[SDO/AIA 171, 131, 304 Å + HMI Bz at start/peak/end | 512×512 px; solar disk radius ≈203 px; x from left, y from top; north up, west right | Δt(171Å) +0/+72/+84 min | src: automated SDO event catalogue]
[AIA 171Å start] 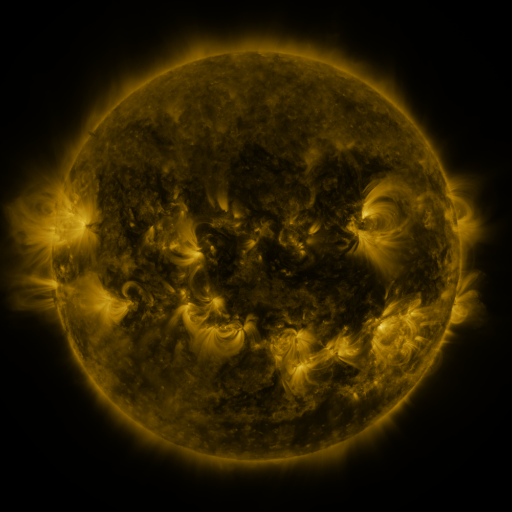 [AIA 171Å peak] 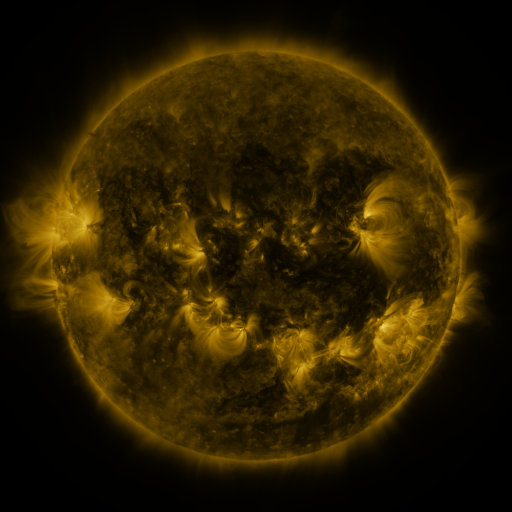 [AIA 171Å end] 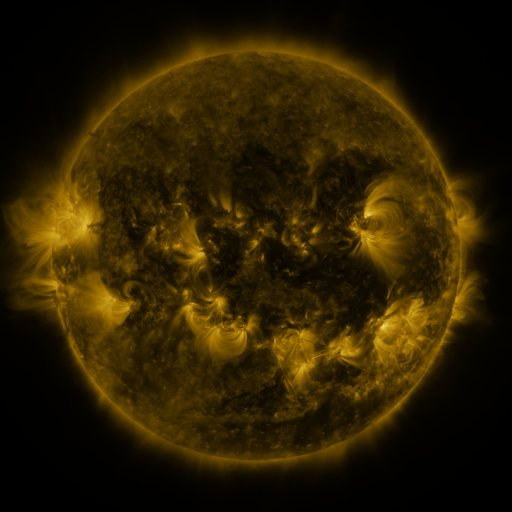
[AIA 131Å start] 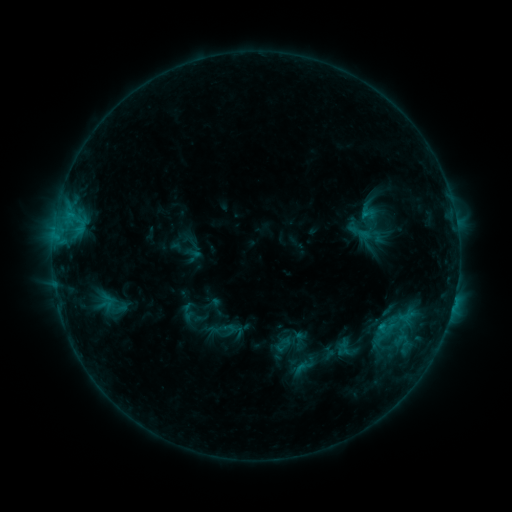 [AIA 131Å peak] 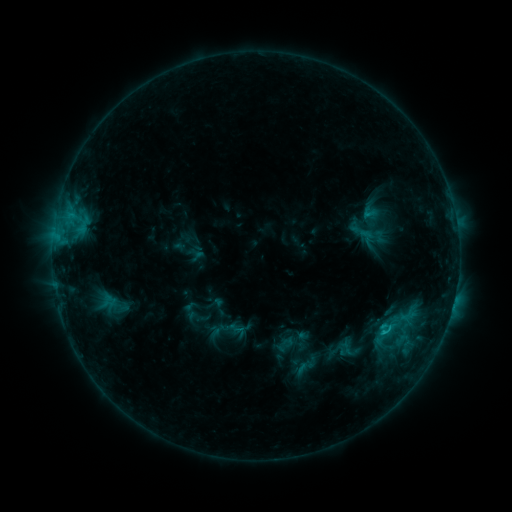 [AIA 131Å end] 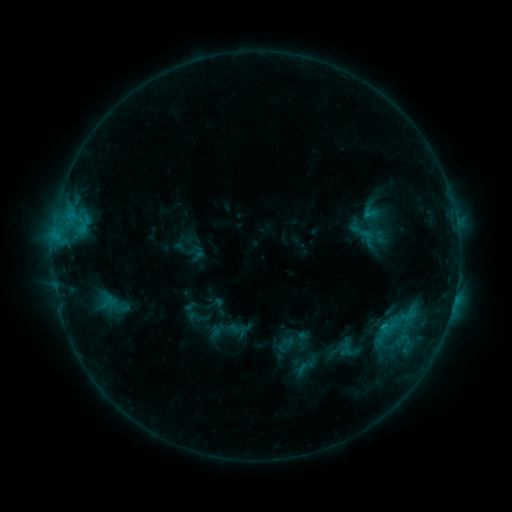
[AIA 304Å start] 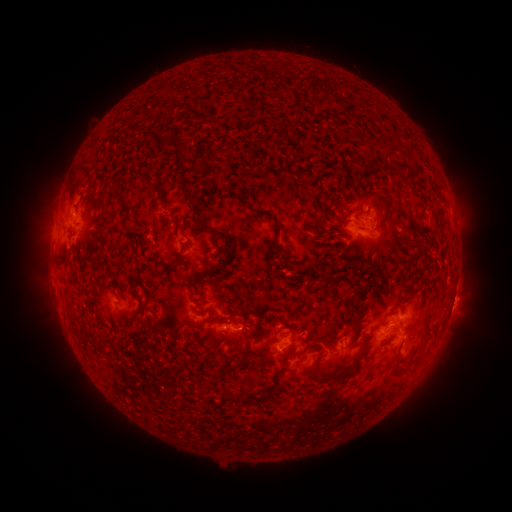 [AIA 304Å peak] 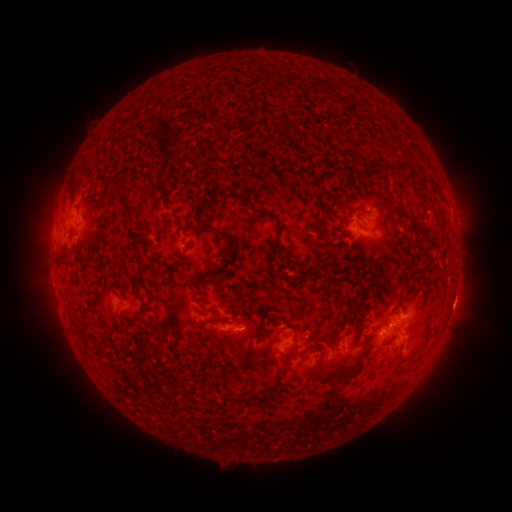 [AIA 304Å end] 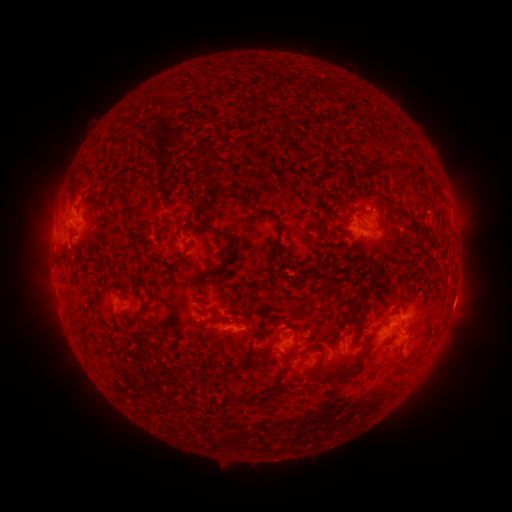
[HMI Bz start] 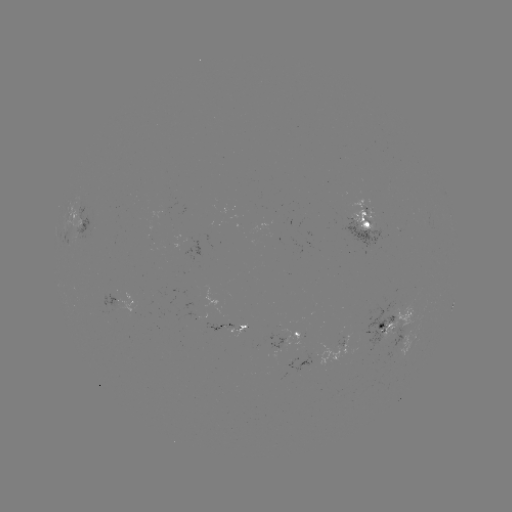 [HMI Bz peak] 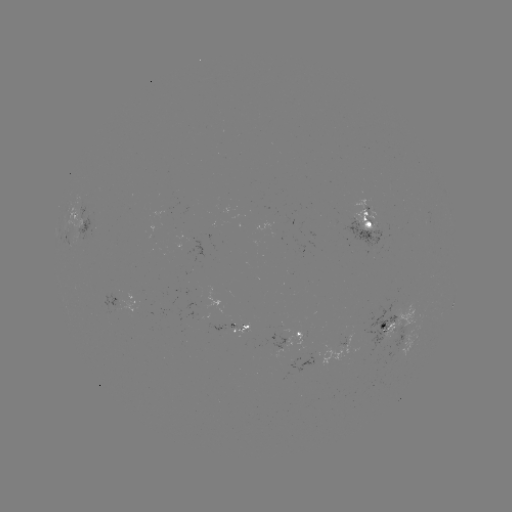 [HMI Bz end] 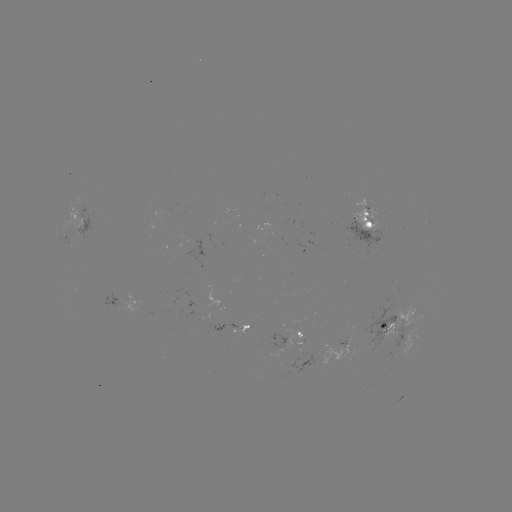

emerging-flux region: (352, 304, 399, 353)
